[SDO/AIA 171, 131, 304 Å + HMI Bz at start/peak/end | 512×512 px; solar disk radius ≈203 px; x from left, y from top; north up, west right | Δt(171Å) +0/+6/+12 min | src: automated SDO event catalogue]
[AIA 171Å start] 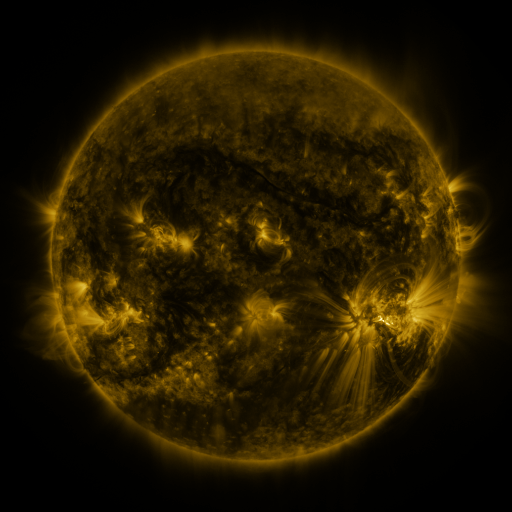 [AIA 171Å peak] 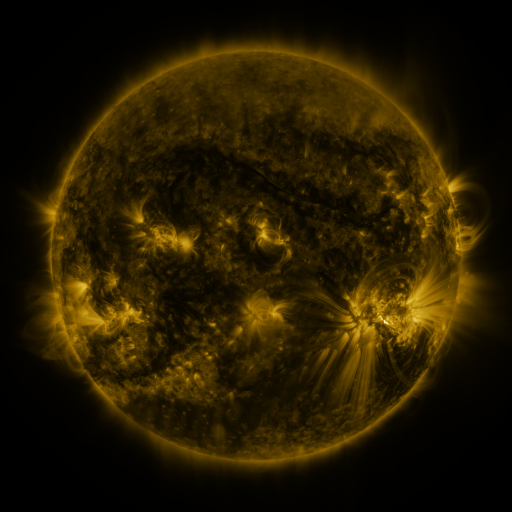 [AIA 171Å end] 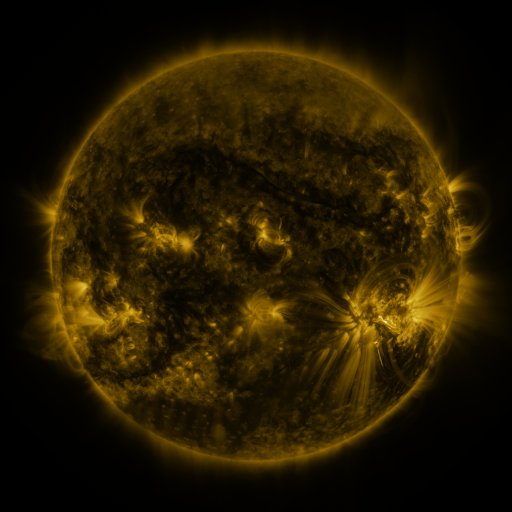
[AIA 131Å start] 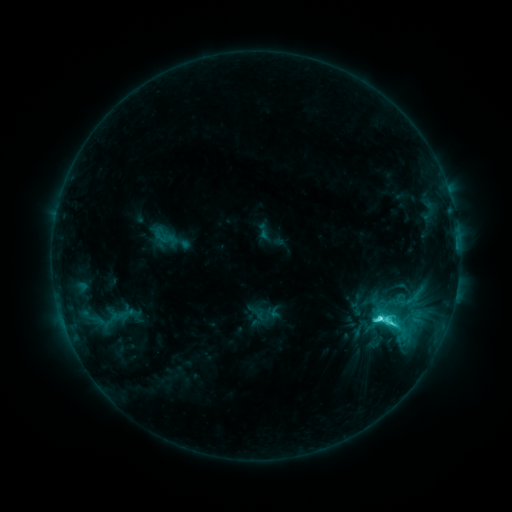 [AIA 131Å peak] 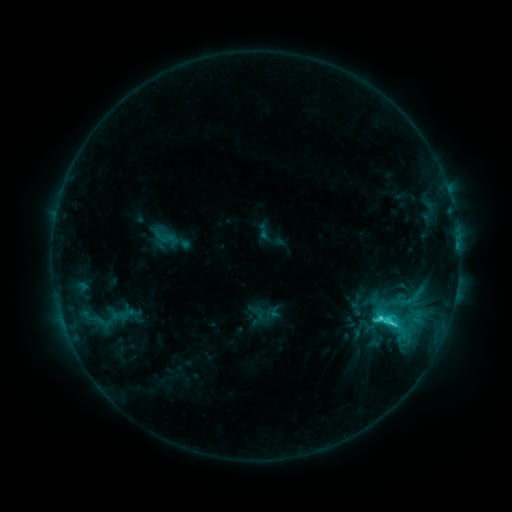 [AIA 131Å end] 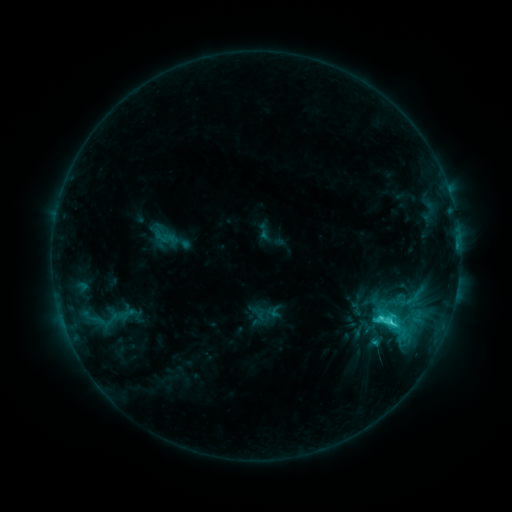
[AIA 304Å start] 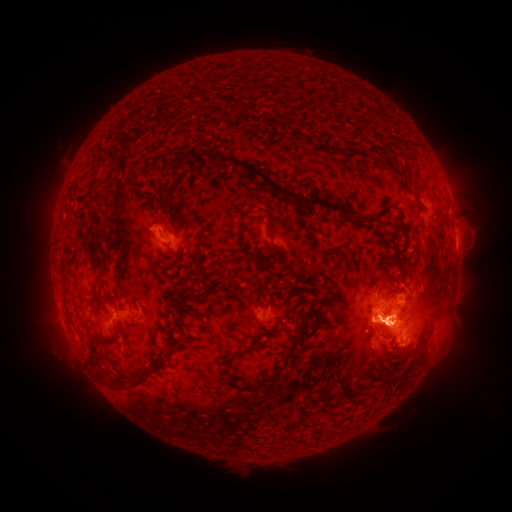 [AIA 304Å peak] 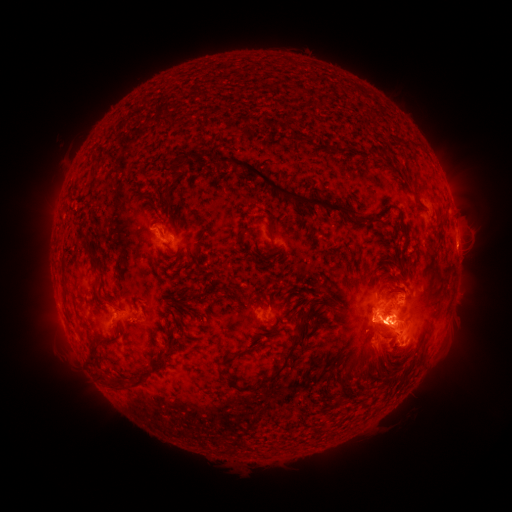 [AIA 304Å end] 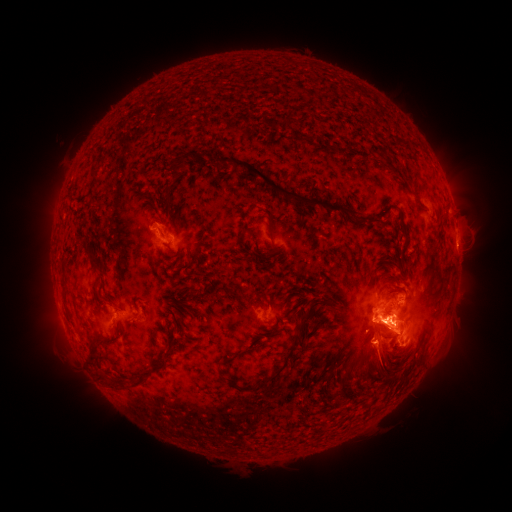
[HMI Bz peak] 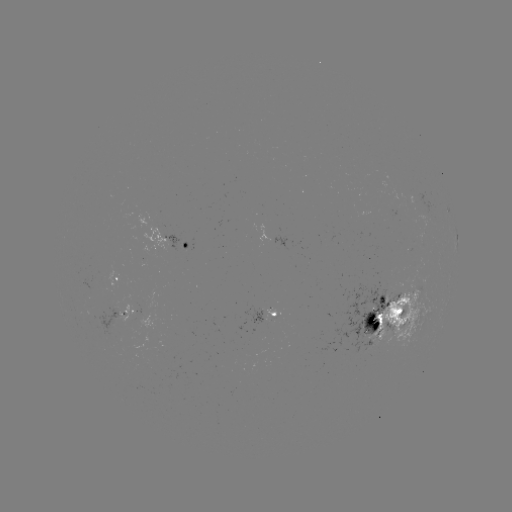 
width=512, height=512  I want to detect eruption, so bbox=[348, 323, 404, 388].